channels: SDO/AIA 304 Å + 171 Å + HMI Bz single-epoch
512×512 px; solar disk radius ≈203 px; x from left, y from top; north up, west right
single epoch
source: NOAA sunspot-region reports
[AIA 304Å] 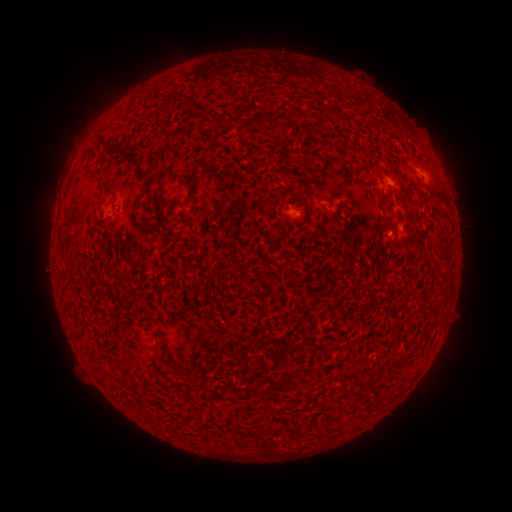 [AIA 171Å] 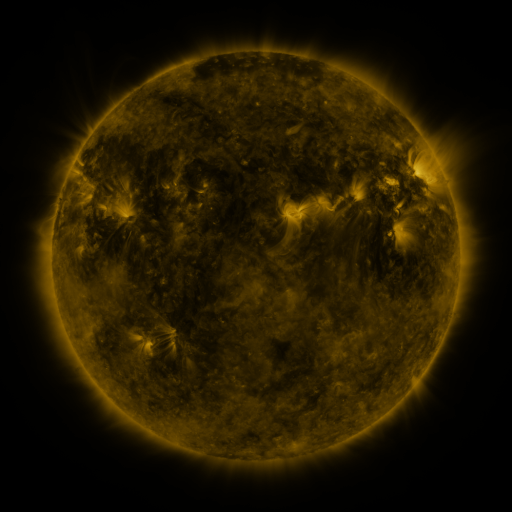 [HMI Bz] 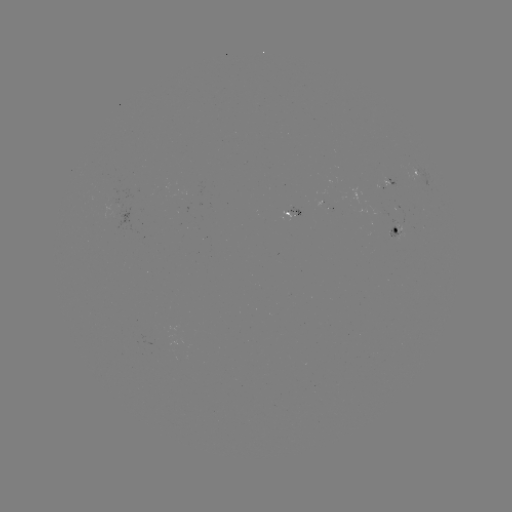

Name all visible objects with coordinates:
spotted active region: (417, 174)
spotted active region: (393, 186)
spotted active region: (286, 213)
spotted active region: (397, 231)
